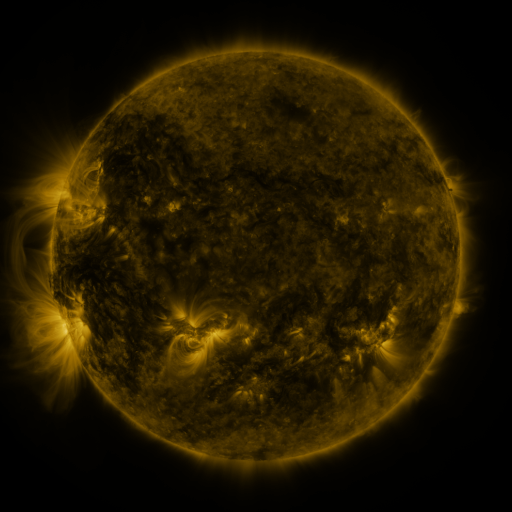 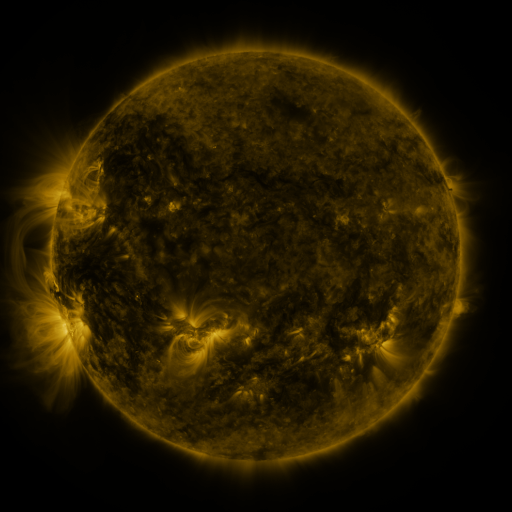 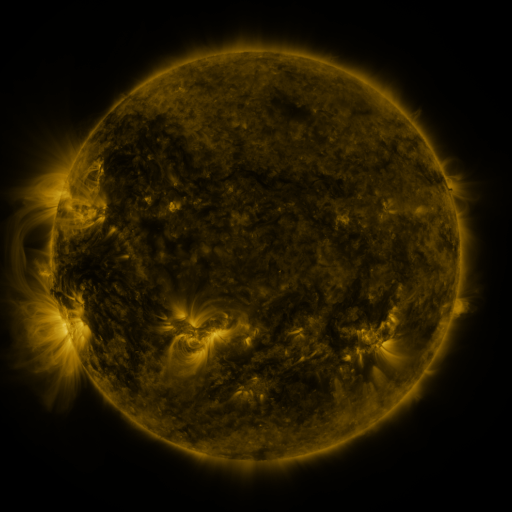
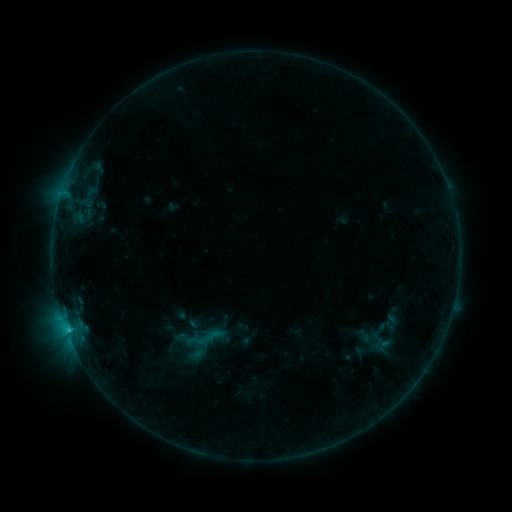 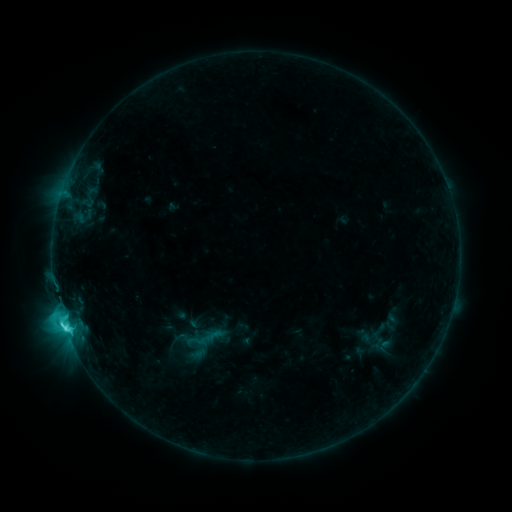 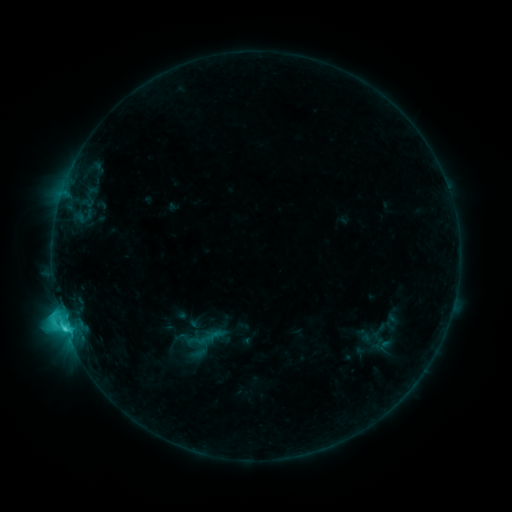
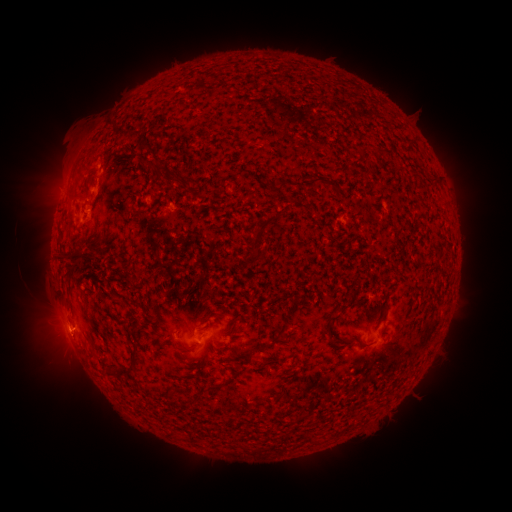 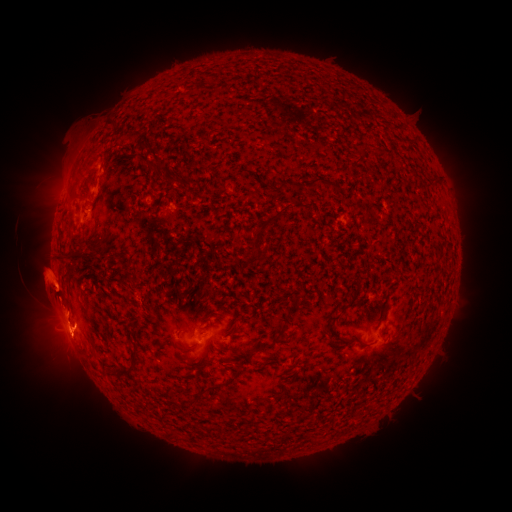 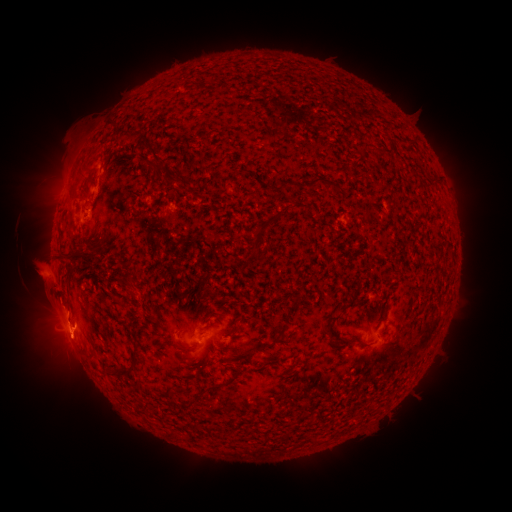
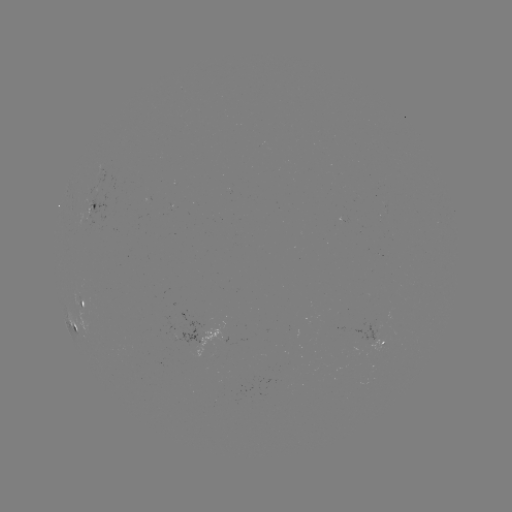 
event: flare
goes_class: C4.2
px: (65, 326)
